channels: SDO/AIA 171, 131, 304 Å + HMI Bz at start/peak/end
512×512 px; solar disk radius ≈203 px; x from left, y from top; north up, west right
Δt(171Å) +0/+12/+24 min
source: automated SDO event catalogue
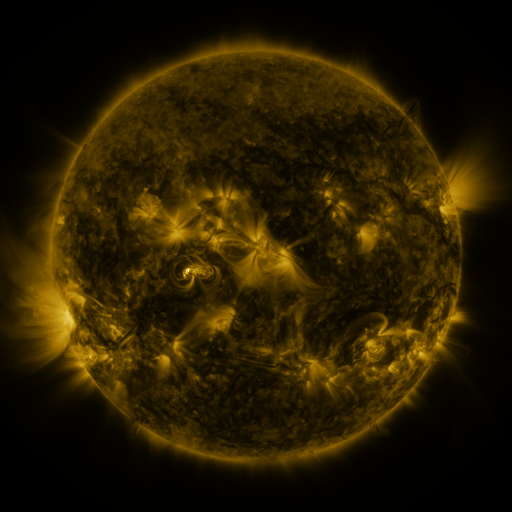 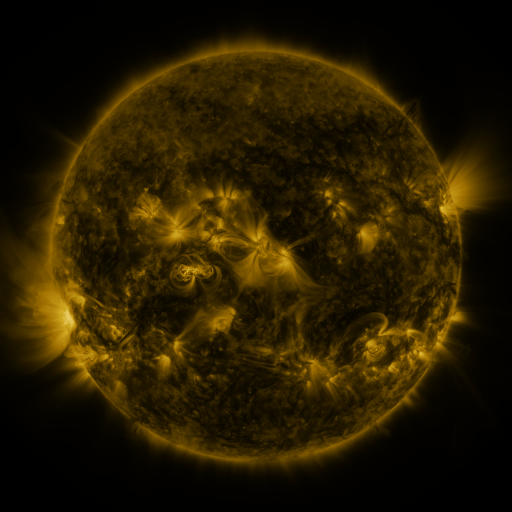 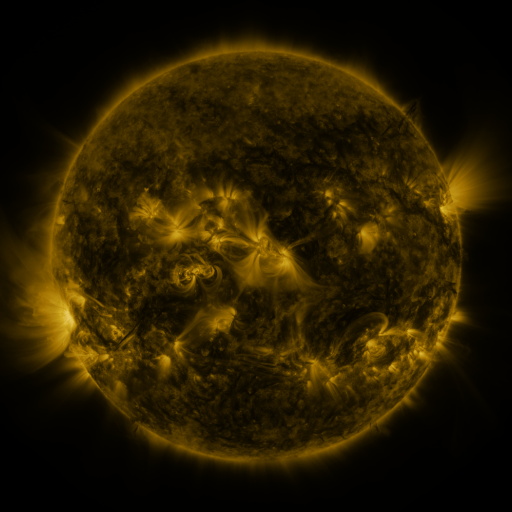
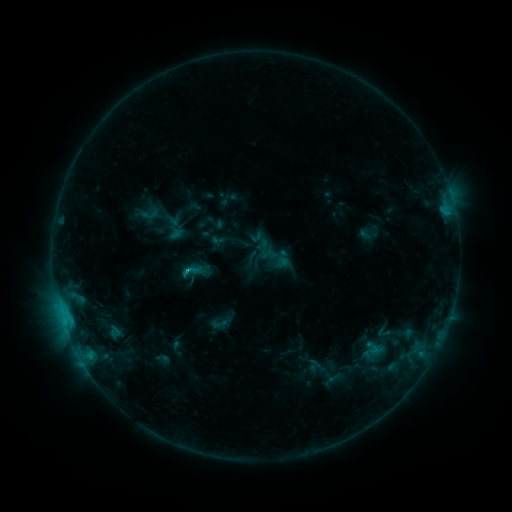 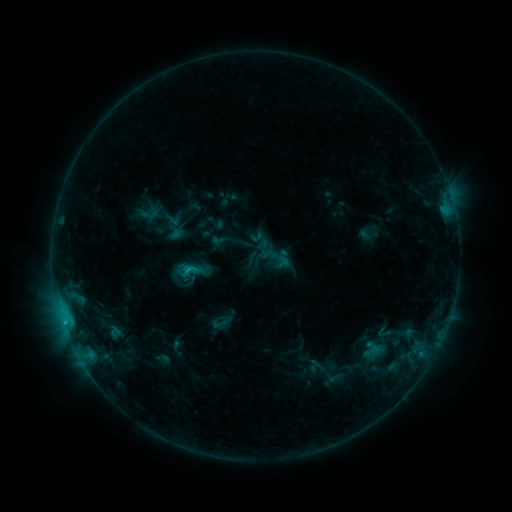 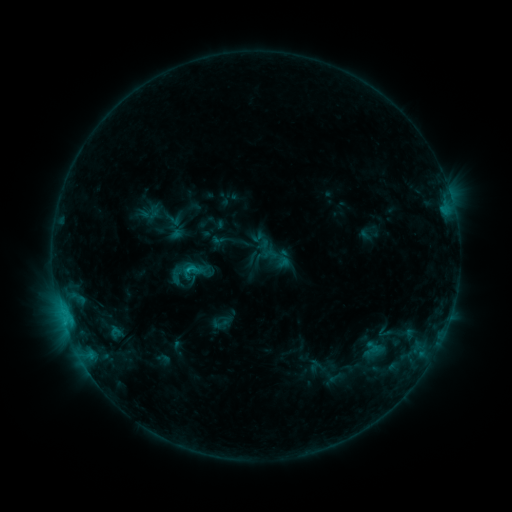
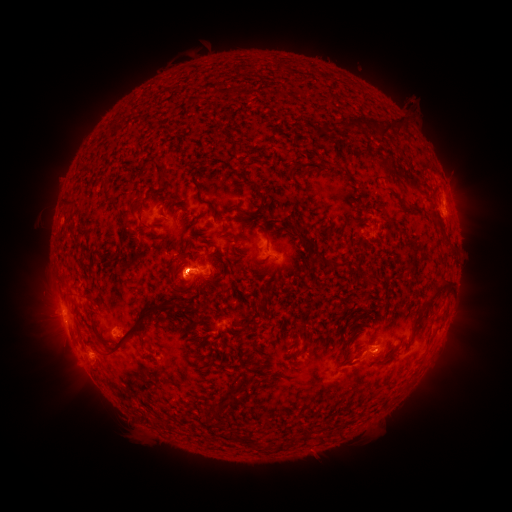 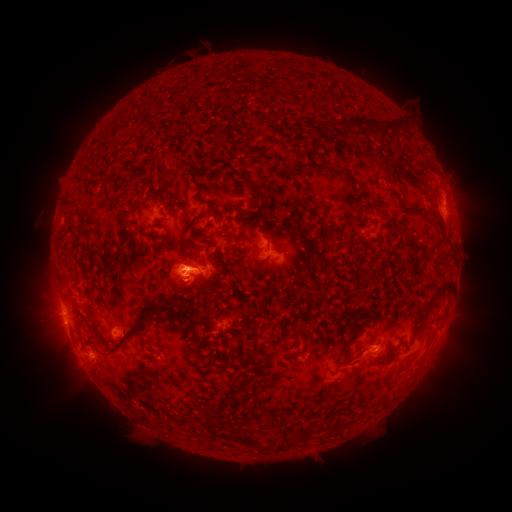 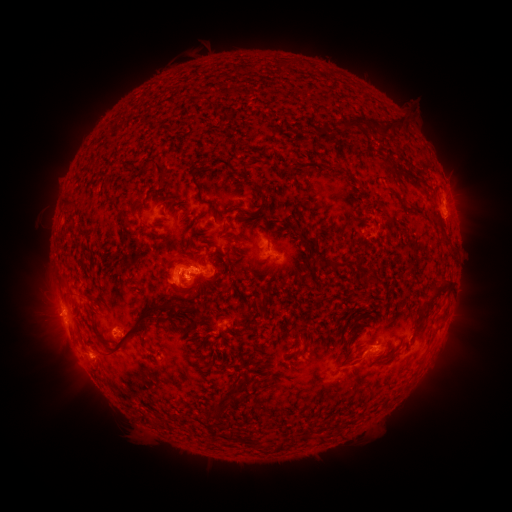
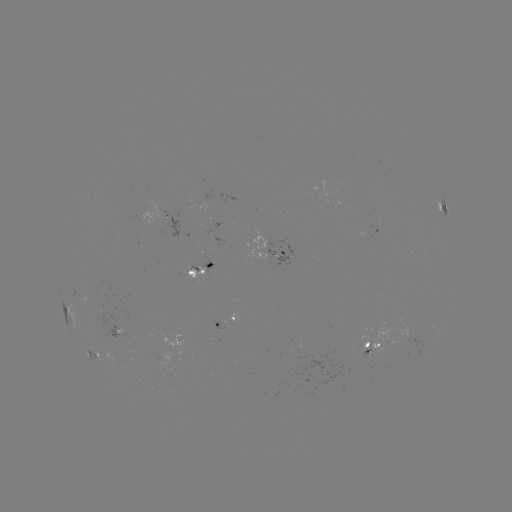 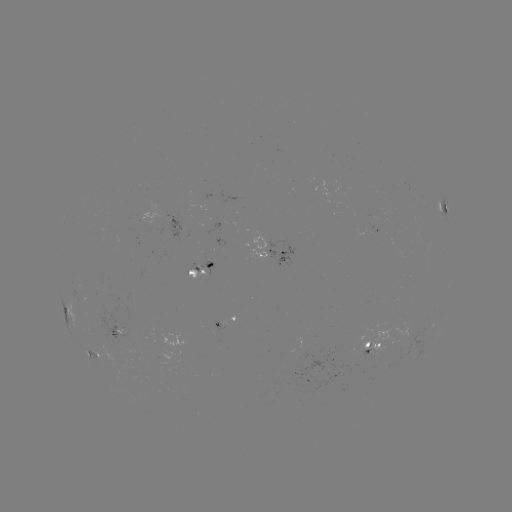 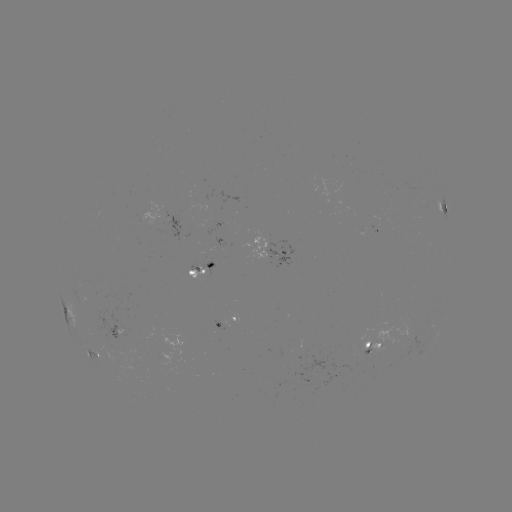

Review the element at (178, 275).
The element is eruption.